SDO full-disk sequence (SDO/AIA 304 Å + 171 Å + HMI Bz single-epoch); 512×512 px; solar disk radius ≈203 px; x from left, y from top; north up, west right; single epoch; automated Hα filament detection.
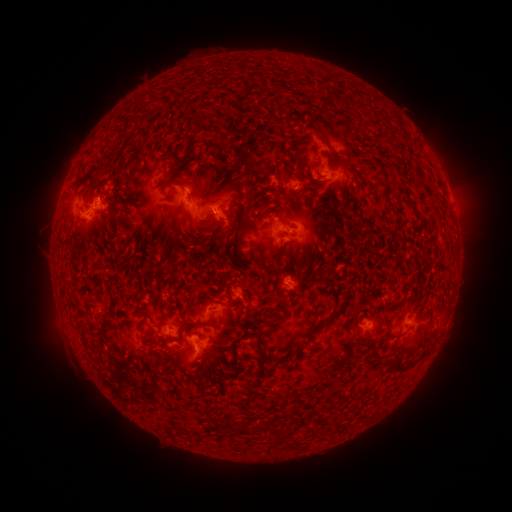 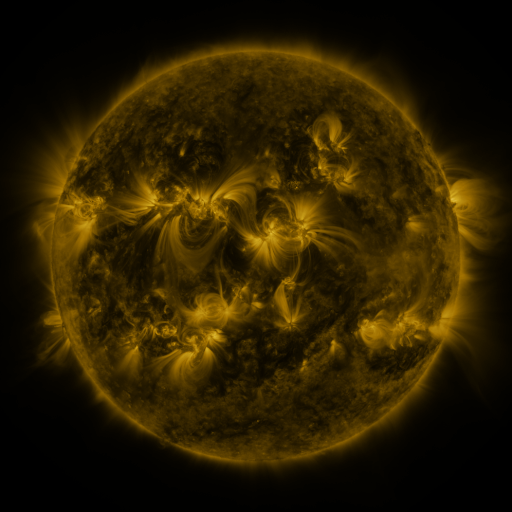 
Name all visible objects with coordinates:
filament: (336, 96, 345, 107)
filament: (308, 126, 329, 147)
filament: (172, 151, 200, 175)
filament: (210, 158, 222, 169)
filament: (97, 165, 106, 175)
filament: (380, 180, 389, 200)
filament: (222, 181, 232, 191)
filament: (349, 191, 360, 210)
filament: (108, 210, 117, 221)
filament: (182, 211, 216, 233)
filament: (235, 222, 243, 245)
filament: (195, 235, 205, 243)
filament: (124, 236, 134, 245)
filament: (386, 297, 398, 309)
filament: (305, 301, 346, 337)
filament: (178, 311, 202, 327)
filament: (101, 312, 118, 330)
filament: (137, 316, 147, 334)
filament: (259, 332, 265, 344)
filament: (233, 336, 244, 357)
filament: (149, 339, 159, 347)
filament: (420, 347, 428, 356)
filament: (259, 349, 268, 368)
filament: (391, 356, 408, 369)
filament: (264, 423, 275, 431)
filament: (178, 424, 188, 433)
